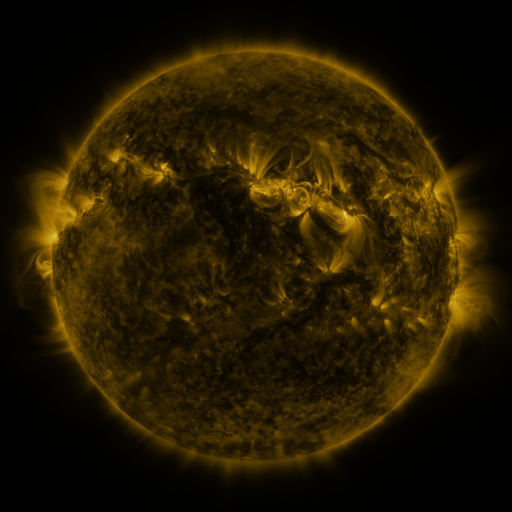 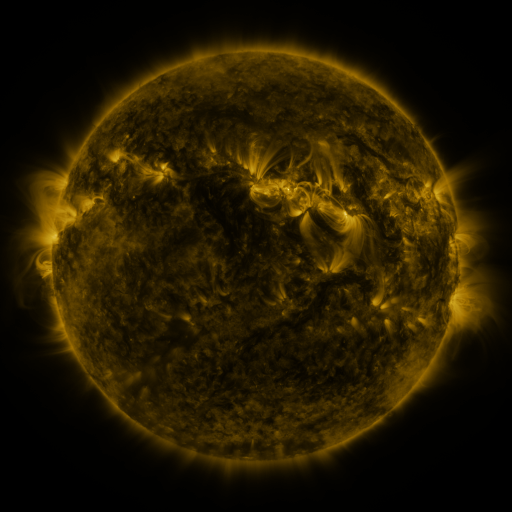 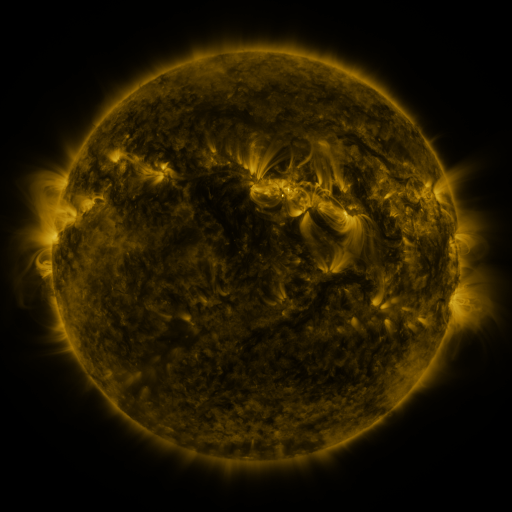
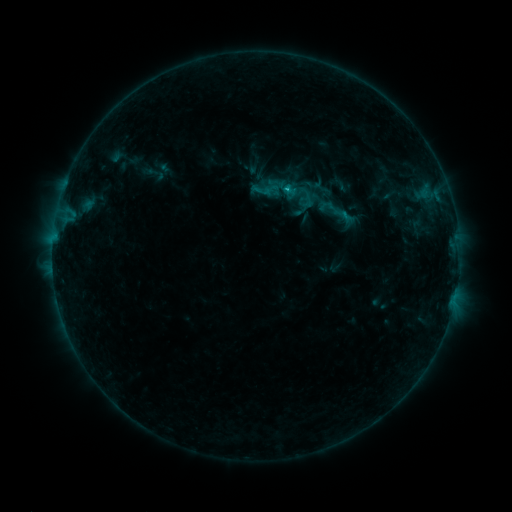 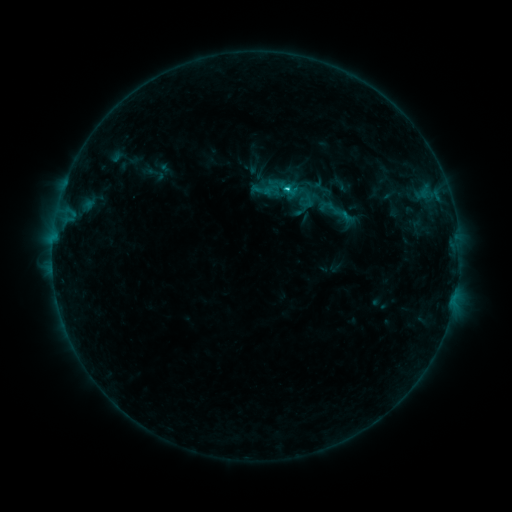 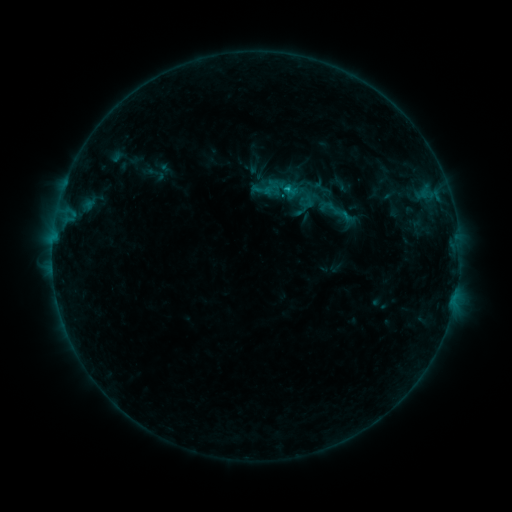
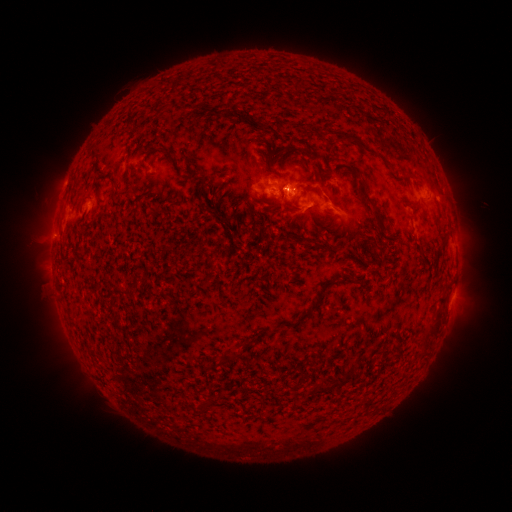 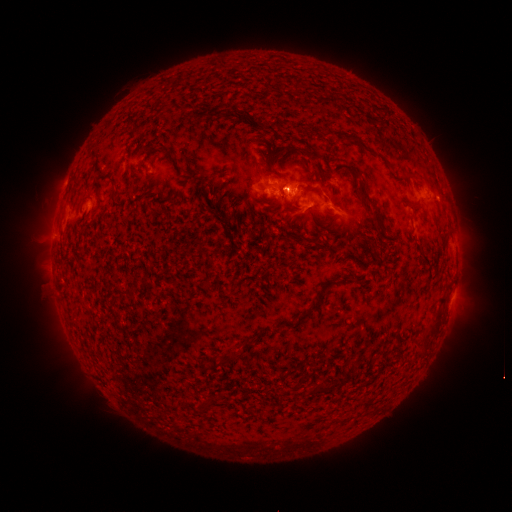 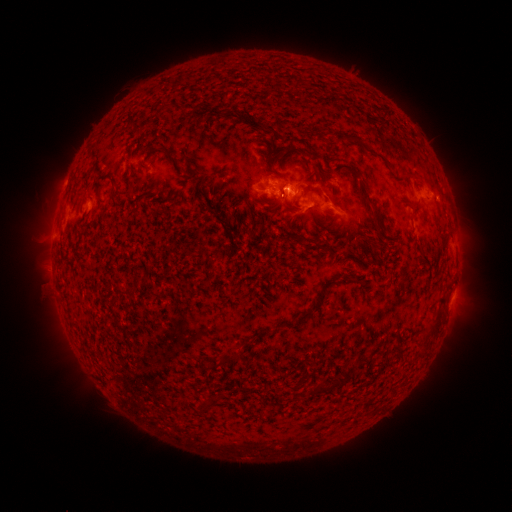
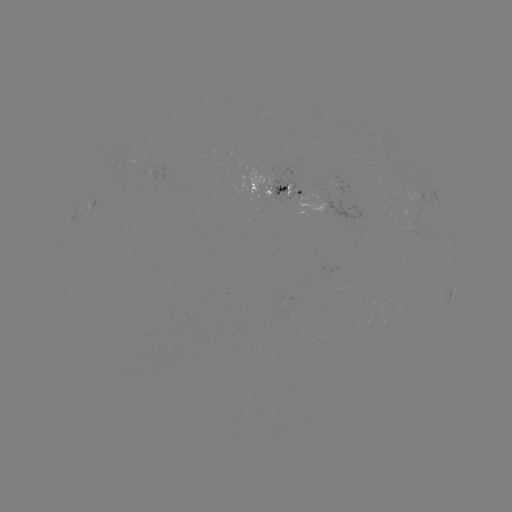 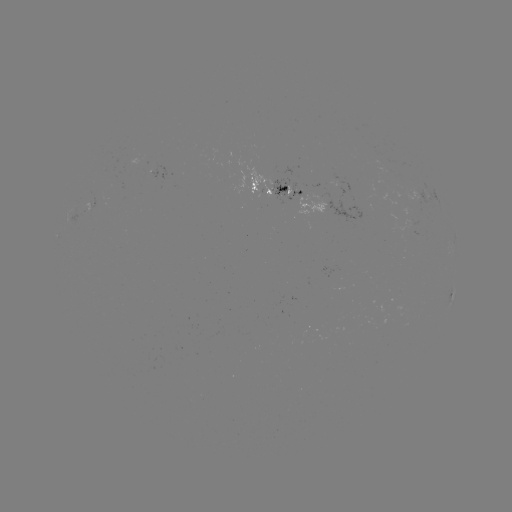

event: flare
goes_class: C1.2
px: (287, 190)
